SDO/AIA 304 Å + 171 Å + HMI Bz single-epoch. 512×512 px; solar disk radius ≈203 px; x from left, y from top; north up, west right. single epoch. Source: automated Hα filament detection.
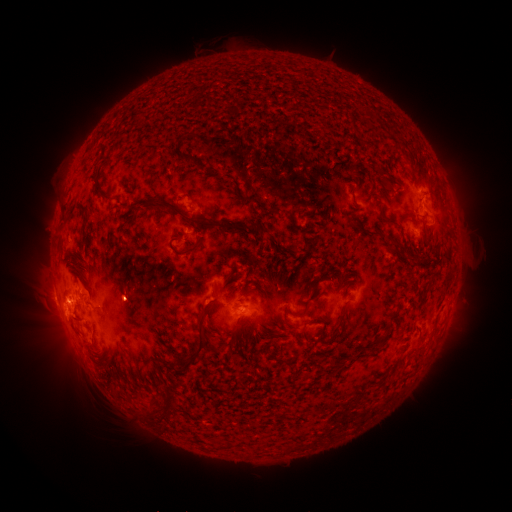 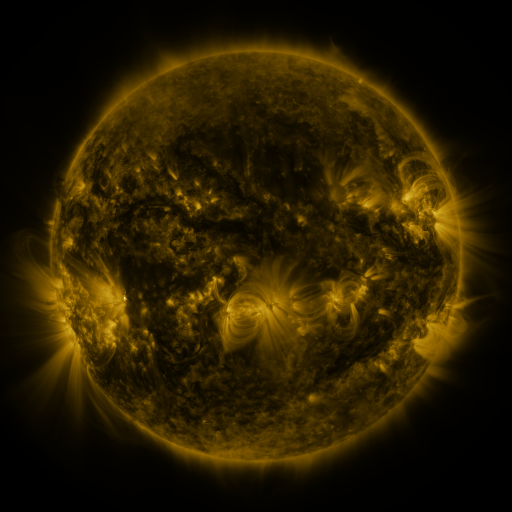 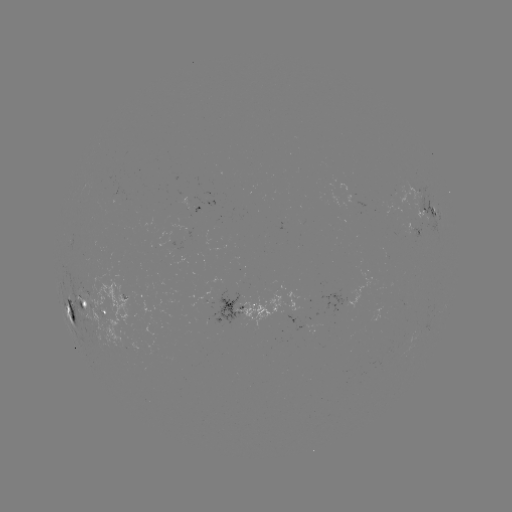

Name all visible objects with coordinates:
filament: [345, 113, 354, 130]
filament: [178, 128, 201, 143]
filament: [180, 156, 192, 165]
filament: [191, 161, 200, 170]
filament: [98, 195, 113, 204]
filament: [134, 200, 271, 236]
filament: [266, 206, 279, 217]
filament: [378, 211, 392, 223]
filament: [283, 214, 292, 223]
filament: [367, 226, 386, 236]
filament: [117, 228, 128, 238]
filament: [181, 238, 201, 256]
filament: [406, 248, 425, 262]
filament: [312, 278, 320, 290]
filament: [418, 283, 429, 304]
filament: [240, 289, 250, 297]
filament: [395, 298, 403, 312]
filament: [327, 302, 348, 345]
filament: [184, 304, 214, 365]
filament: [279, 317, 289, 328]
filament: [206, 320, 216, 332]
filament: [299, 323, 308, 337]
filament: [370, 331, 390, 352]
filament: [171, 364, 185, 374]
filament: [111, 384, 121, 394]
filament: [167, 389, 177, 409]
filament: [151, 408, 161, 420]
